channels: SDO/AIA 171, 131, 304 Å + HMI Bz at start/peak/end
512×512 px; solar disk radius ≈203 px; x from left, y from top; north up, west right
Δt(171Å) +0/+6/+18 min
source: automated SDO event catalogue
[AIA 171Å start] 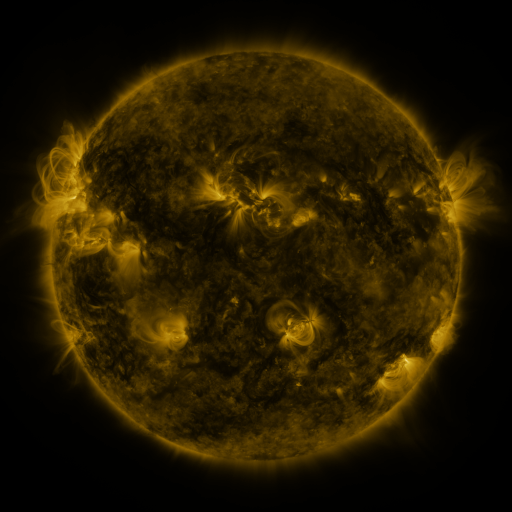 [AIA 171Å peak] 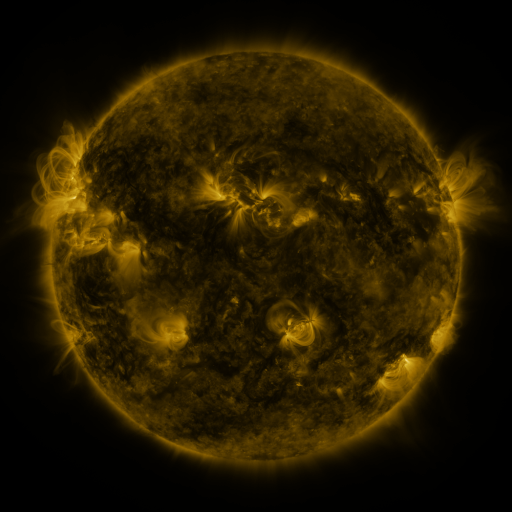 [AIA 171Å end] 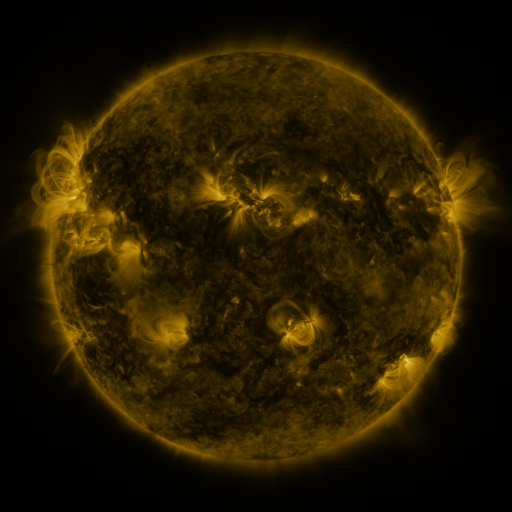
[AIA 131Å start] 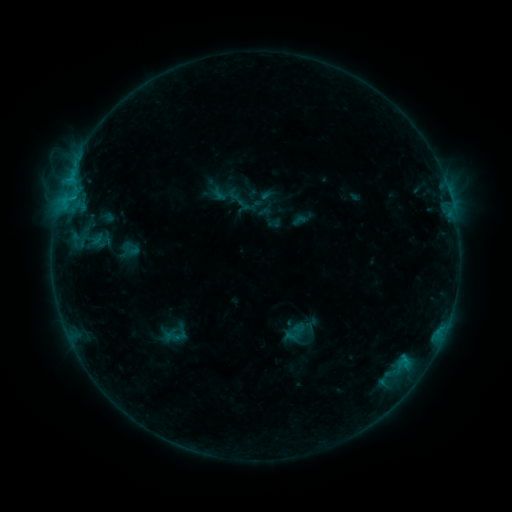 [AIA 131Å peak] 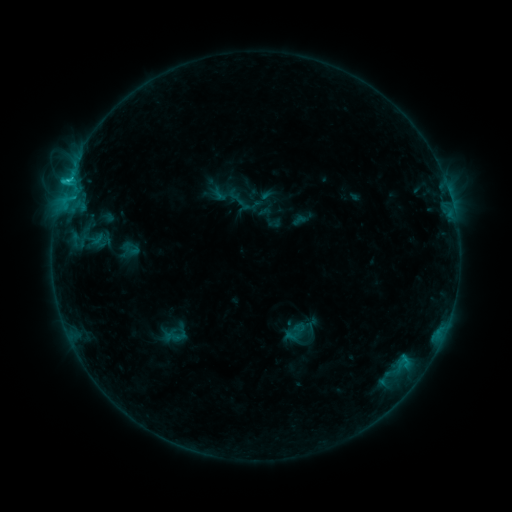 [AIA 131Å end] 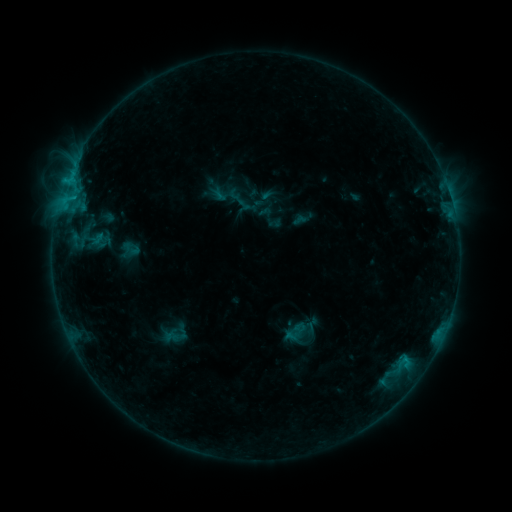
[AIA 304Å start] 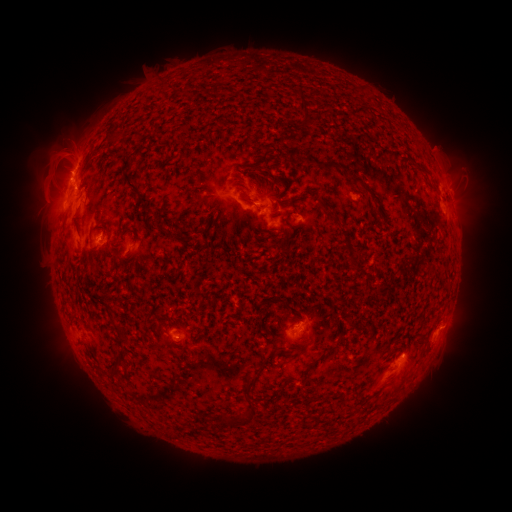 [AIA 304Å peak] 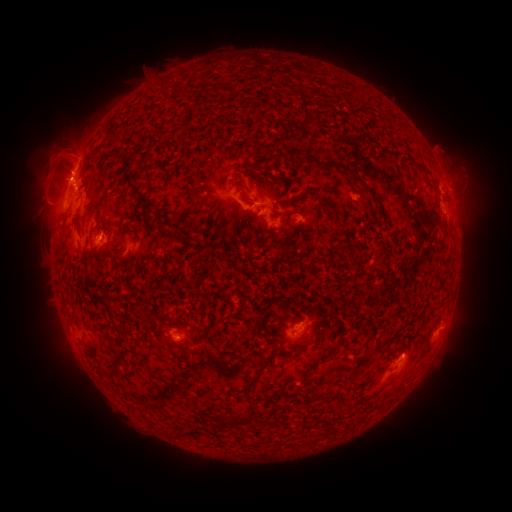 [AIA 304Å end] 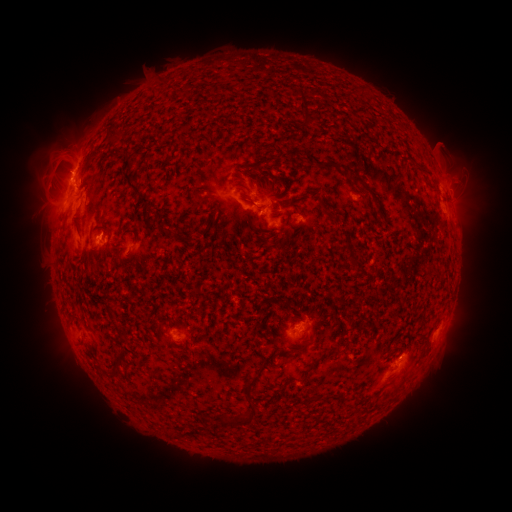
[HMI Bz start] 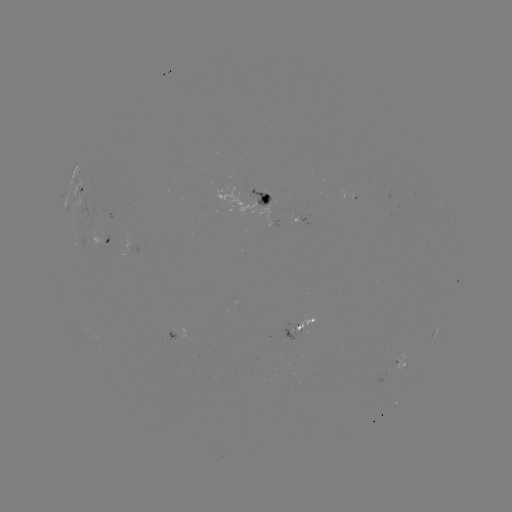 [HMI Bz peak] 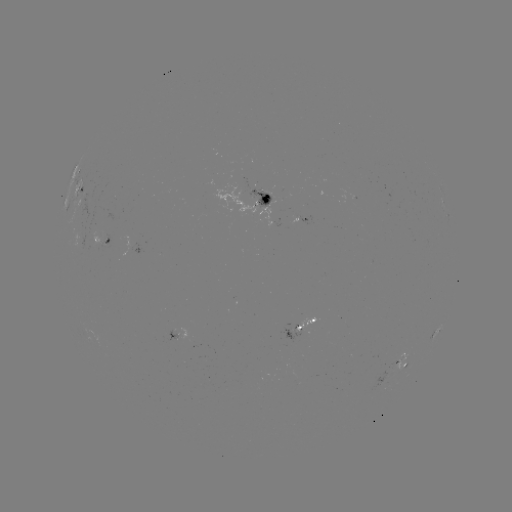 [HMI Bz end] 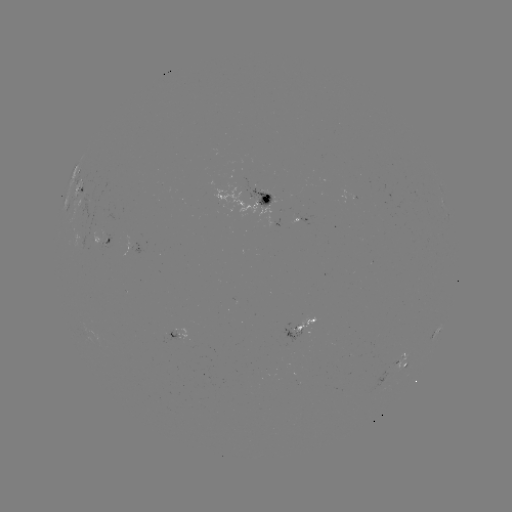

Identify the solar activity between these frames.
C1.1 flare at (68, 182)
